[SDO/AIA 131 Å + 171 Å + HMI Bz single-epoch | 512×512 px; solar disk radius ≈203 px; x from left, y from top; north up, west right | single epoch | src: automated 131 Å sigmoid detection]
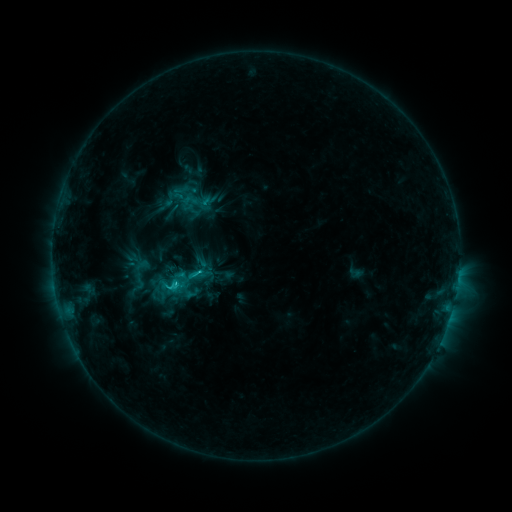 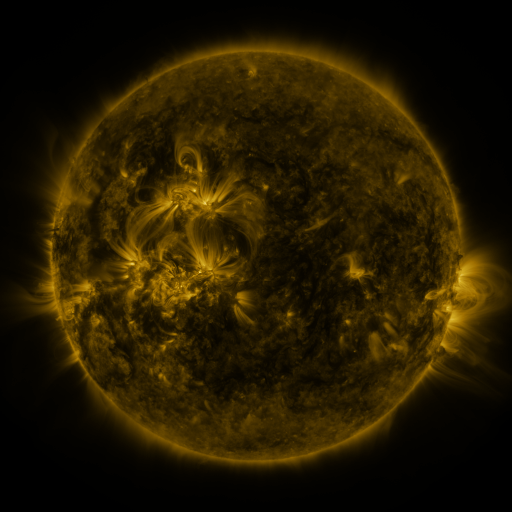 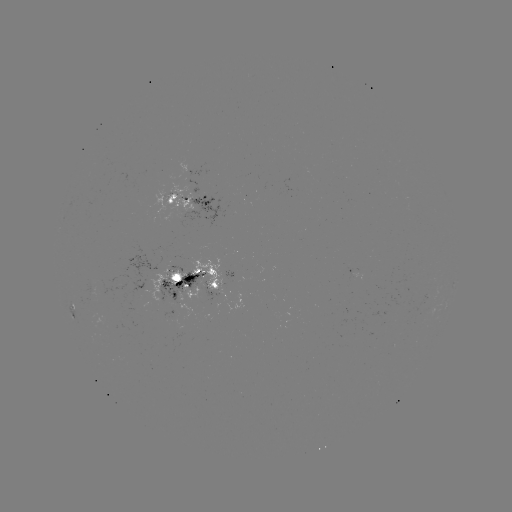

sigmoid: (178, 186, 210, 219)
